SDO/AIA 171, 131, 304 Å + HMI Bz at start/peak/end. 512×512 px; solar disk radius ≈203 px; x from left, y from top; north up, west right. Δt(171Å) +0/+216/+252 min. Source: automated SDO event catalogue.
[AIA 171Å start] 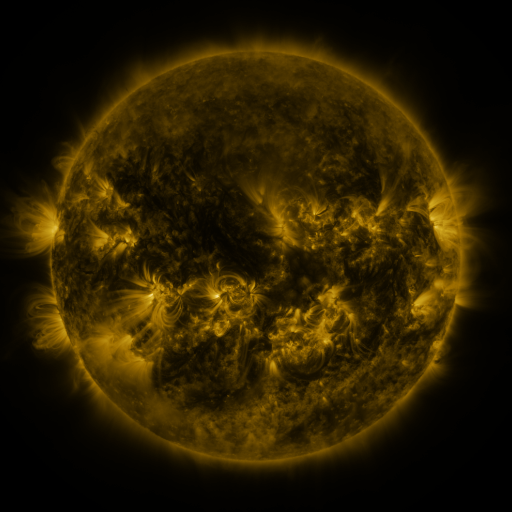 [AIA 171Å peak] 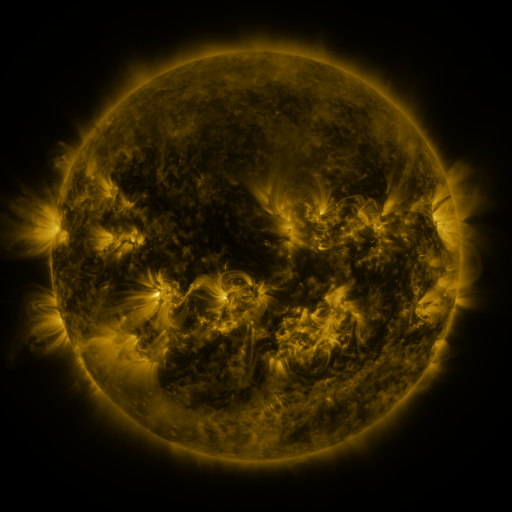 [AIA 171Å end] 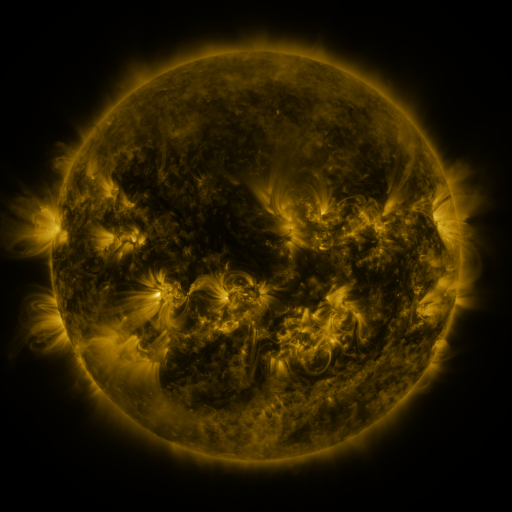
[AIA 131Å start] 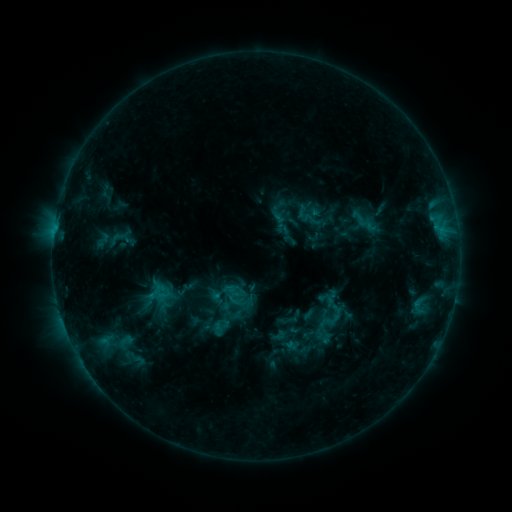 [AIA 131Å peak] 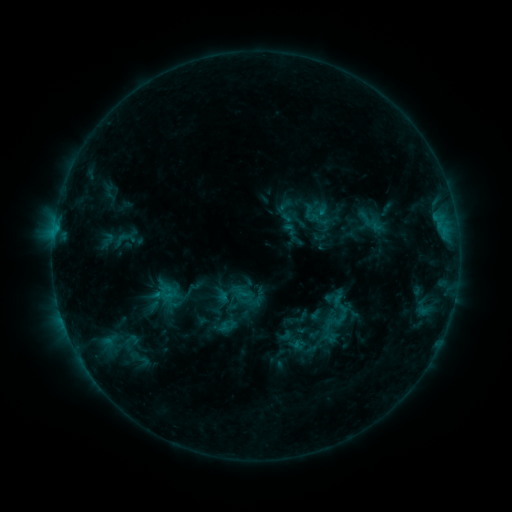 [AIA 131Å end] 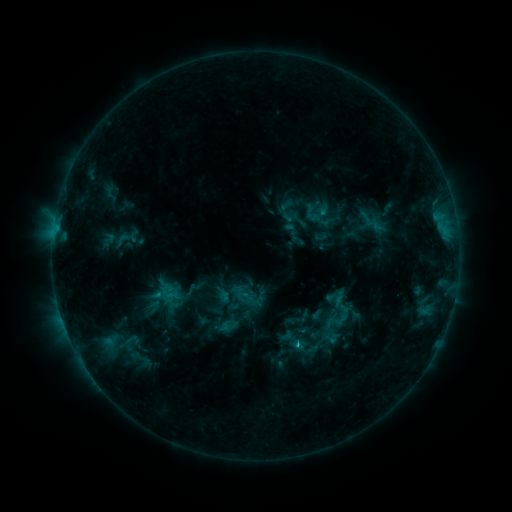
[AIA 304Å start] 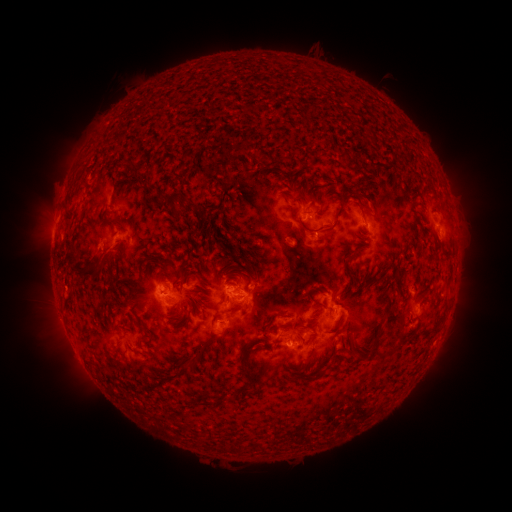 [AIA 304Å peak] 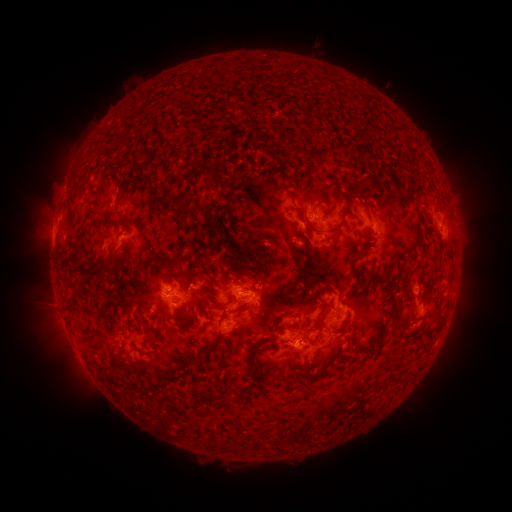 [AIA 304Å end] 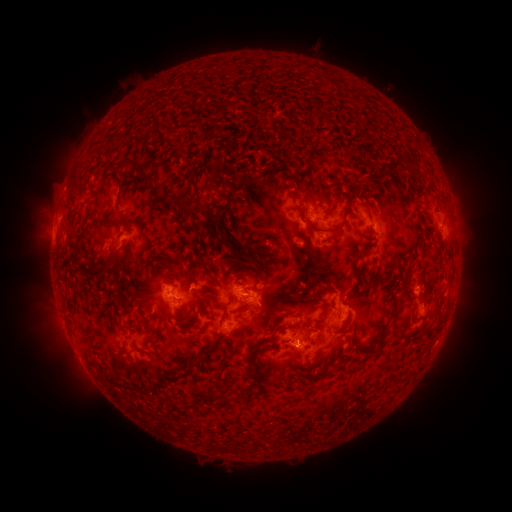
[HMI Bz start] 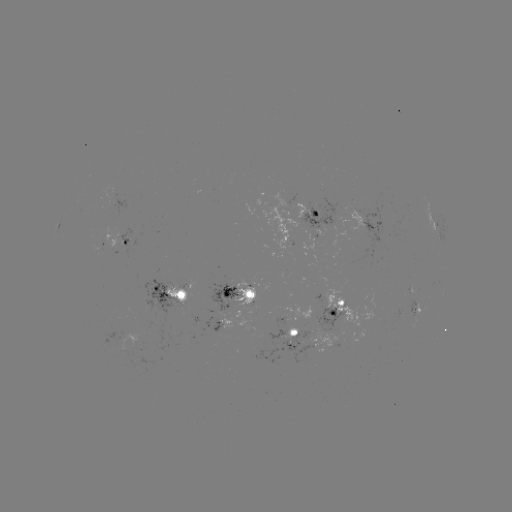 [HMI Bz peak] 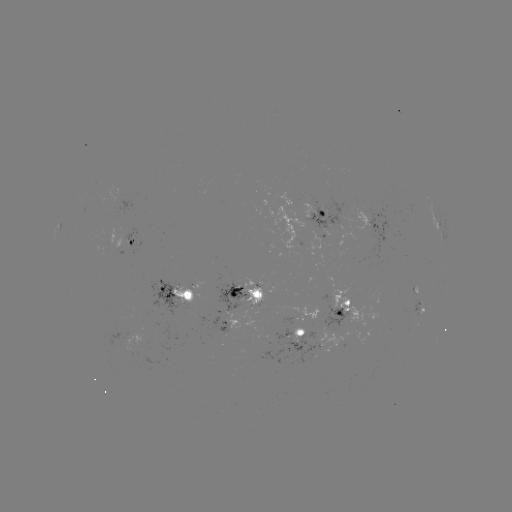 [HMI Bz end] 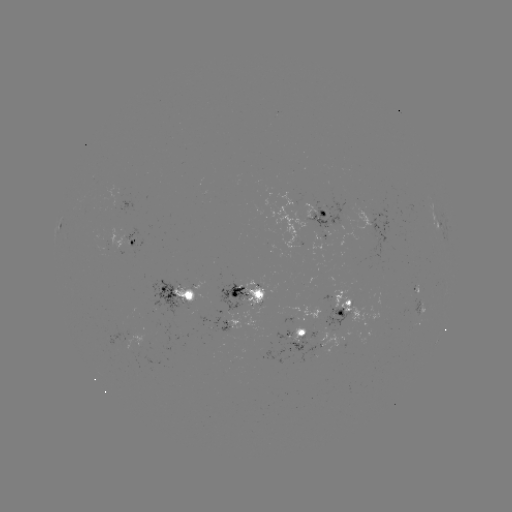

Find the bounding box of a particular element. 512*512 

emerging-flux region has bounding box [215, 281, 248, 310].